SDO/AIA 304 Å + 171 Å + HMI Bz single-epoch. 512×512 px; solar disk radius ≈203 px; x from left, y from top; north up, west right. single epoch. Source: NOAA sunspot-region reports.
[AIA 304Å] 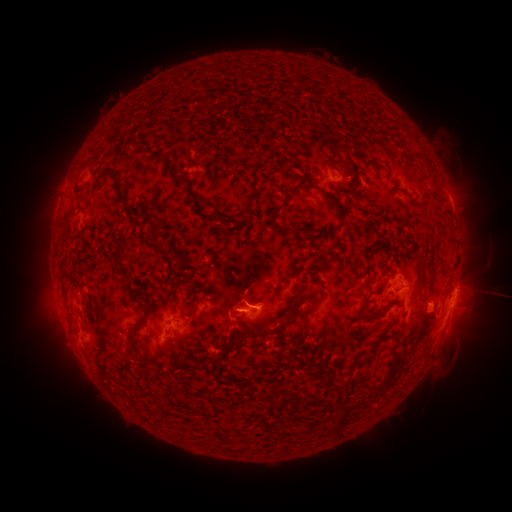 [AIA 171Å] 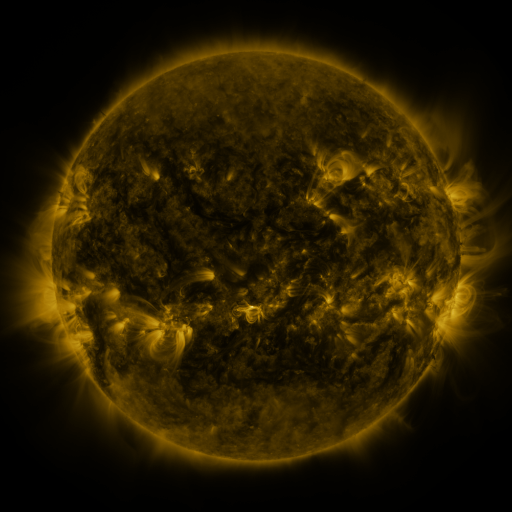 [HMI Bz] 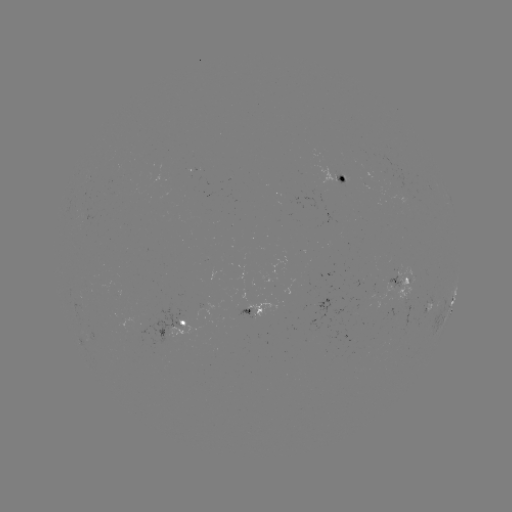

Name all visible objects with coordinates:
spotted active region: (335, 181)
spotted active region: (402, 283)
spotted active region: (453, 300)
spotted active region: (242, 302)
spotted active region: (183, 324)
